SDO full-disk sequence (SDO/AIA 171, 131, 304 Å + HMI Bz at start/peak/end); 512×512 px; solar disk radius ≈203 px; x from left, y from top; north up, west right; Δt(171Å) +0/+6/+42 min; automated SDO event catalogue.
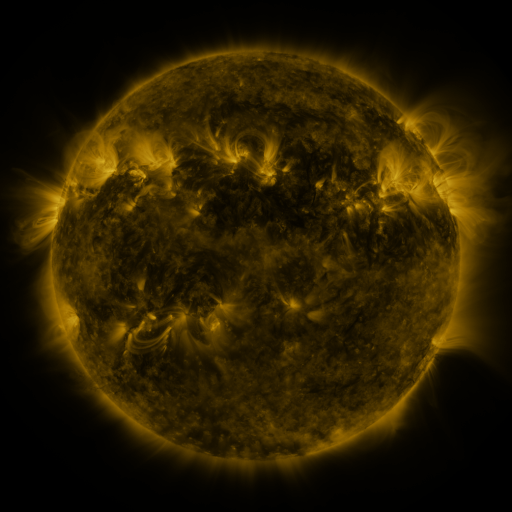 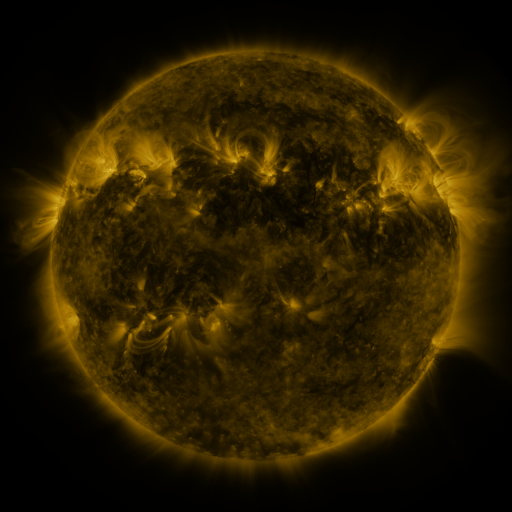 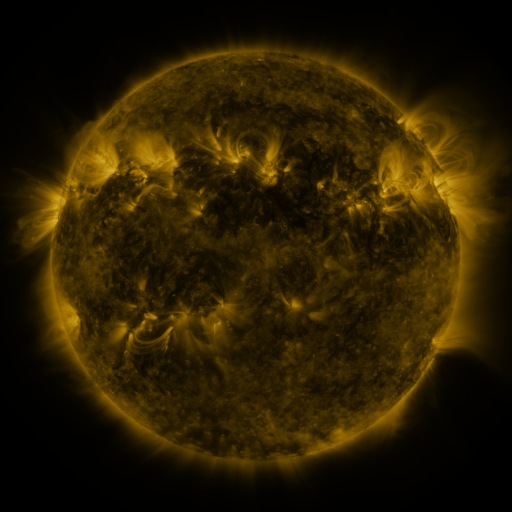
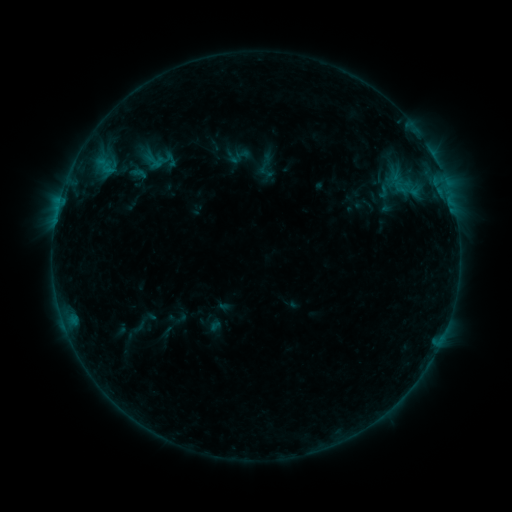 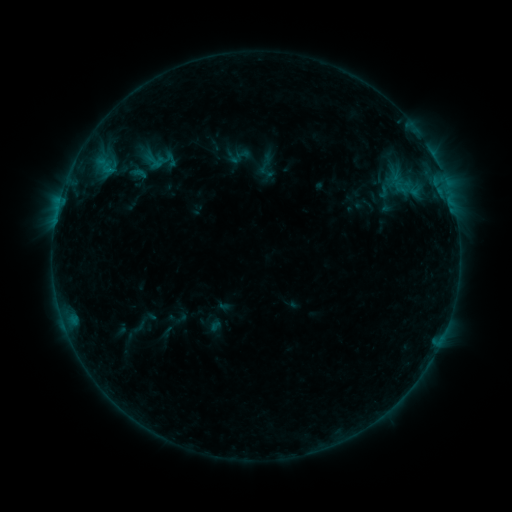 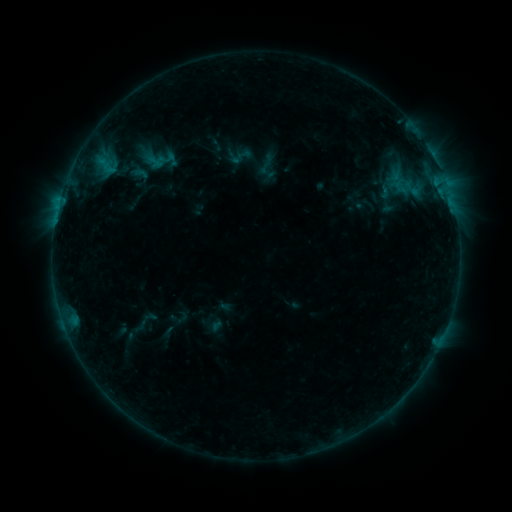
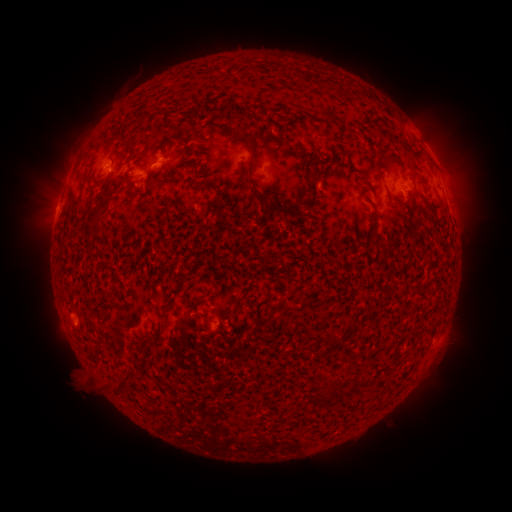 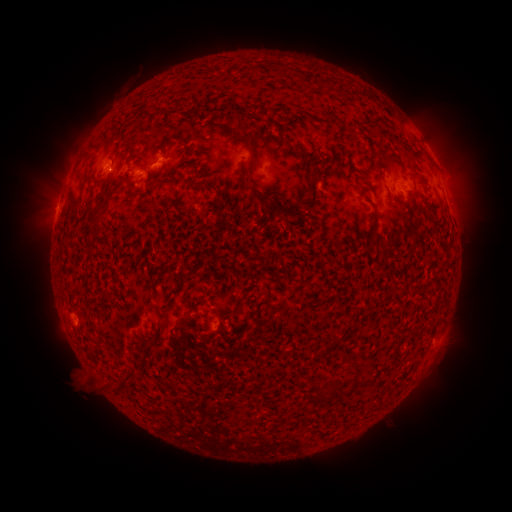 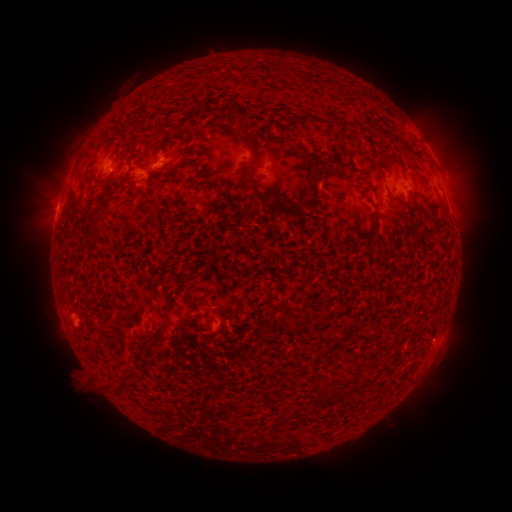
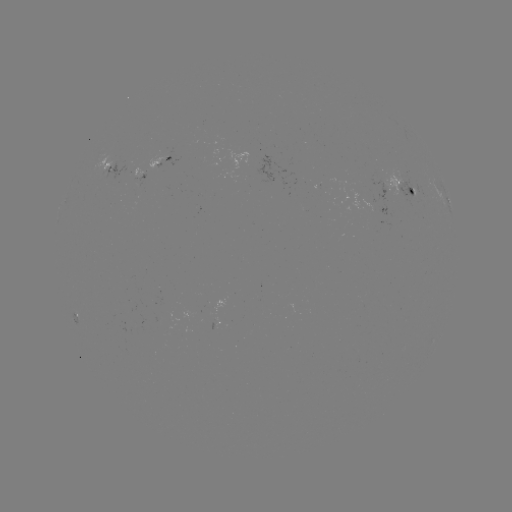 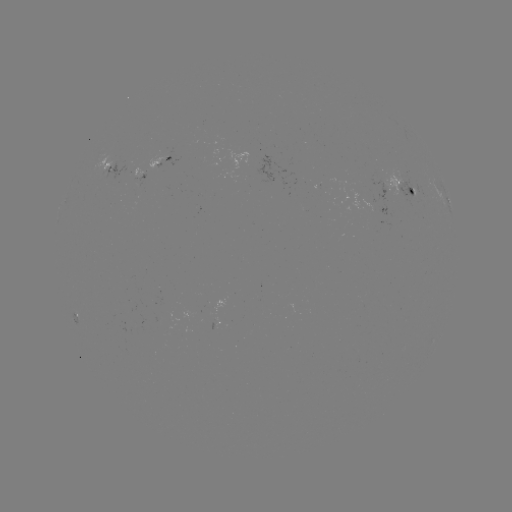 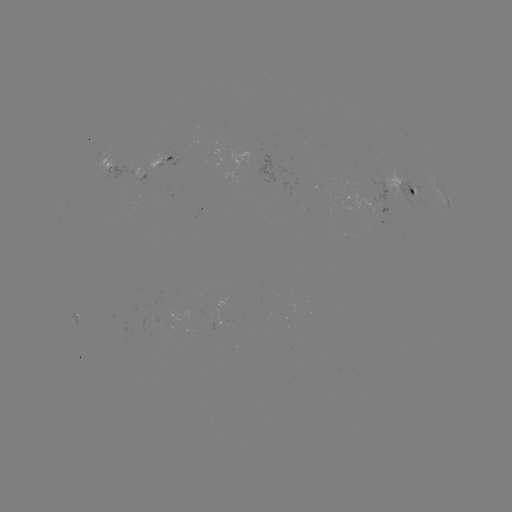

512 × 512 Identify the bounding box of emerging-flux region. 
[374, 178, 390, 201].